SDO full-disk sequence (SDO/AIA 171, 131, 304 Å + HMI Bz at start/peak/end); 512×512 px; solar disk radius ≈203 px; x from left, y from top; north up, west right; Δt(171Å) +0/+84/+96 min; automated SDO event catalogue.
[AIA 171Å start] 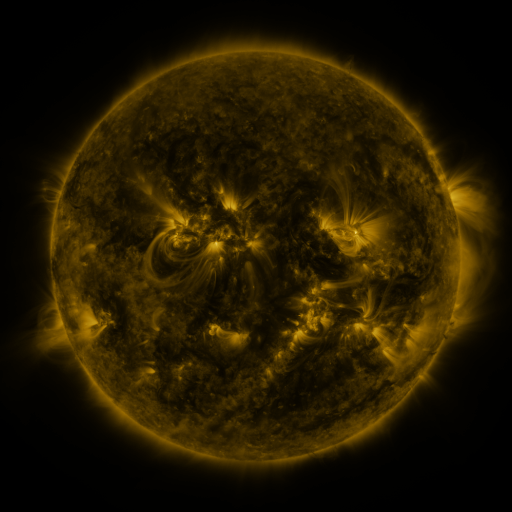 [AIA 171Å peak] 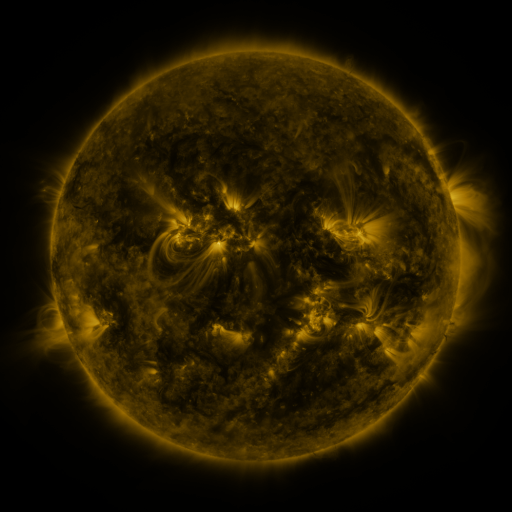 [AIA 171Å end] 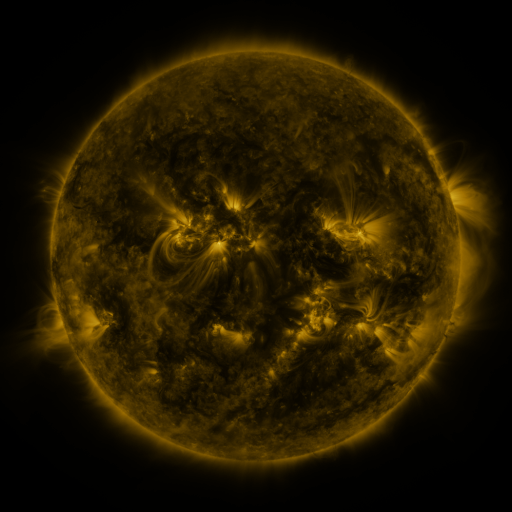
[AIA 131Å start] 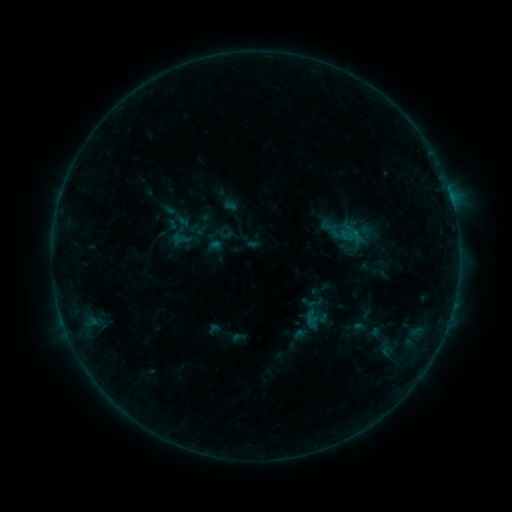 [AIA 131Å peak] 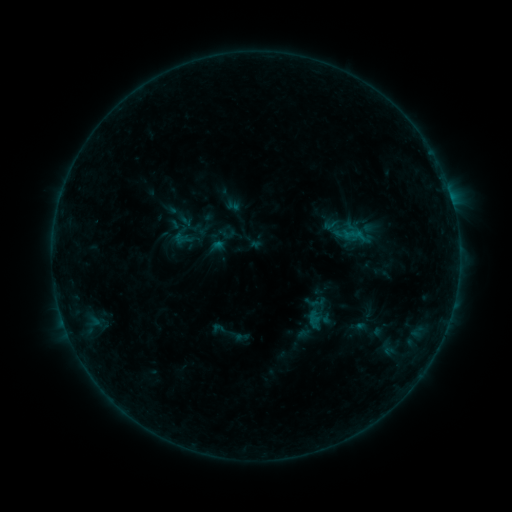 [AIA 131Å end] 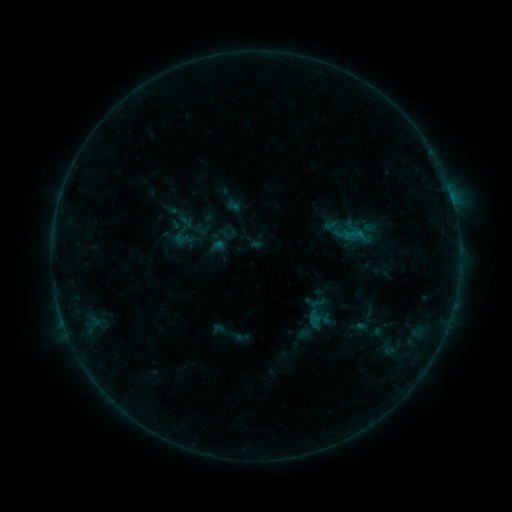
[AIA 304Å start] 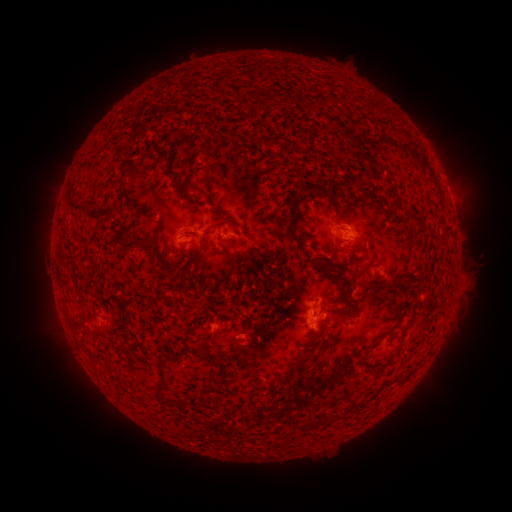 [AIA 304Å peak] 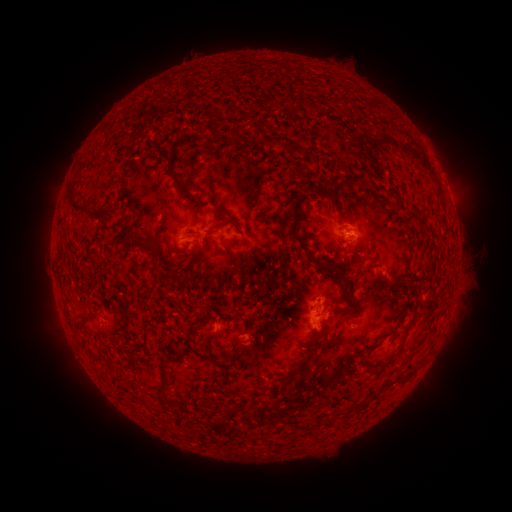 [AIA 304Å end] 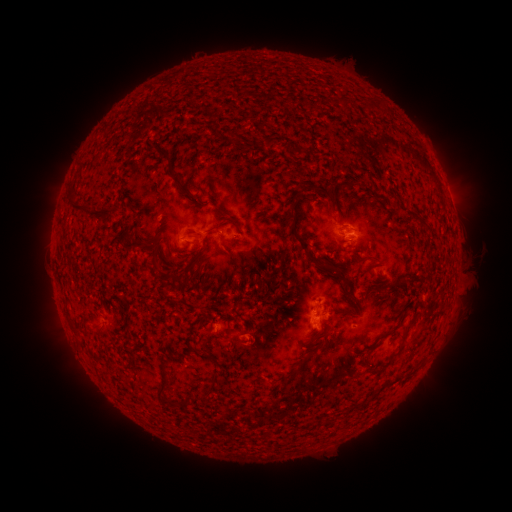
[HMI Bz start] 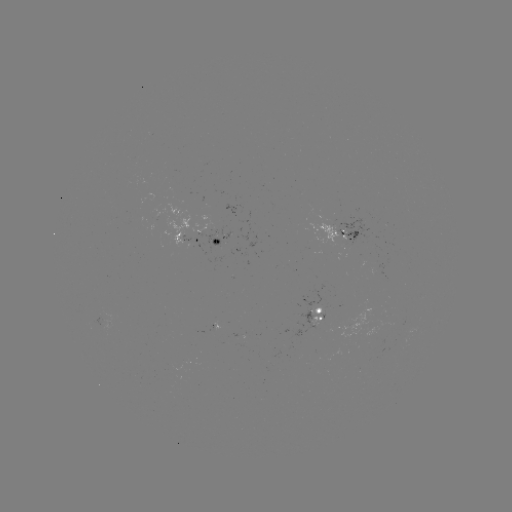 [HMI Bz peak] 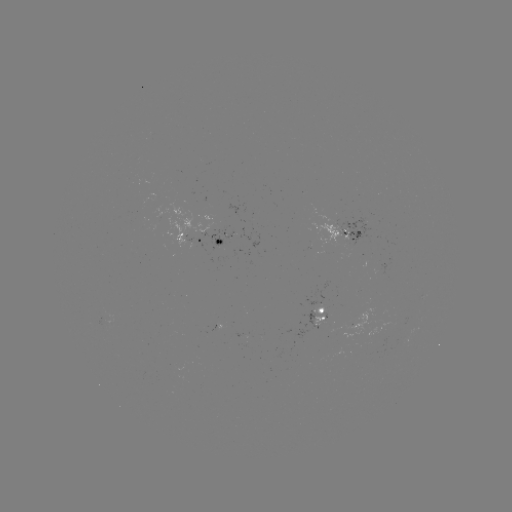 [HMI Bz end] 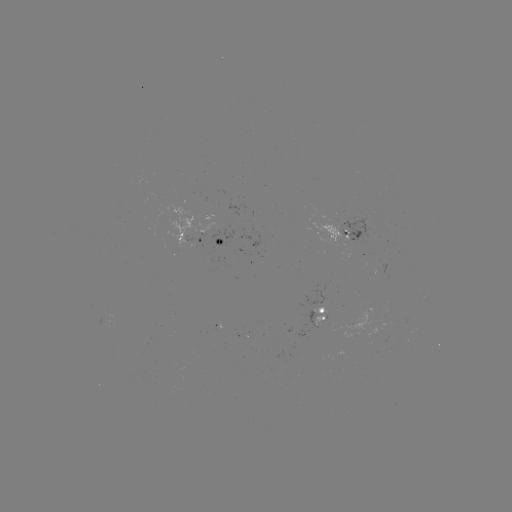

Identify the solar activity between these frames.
emerging-flux region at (350, 231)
